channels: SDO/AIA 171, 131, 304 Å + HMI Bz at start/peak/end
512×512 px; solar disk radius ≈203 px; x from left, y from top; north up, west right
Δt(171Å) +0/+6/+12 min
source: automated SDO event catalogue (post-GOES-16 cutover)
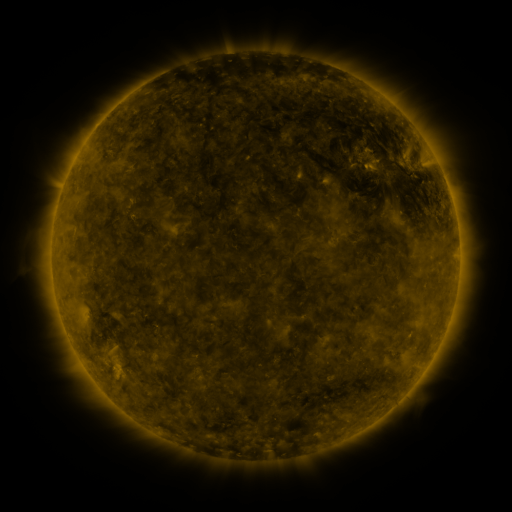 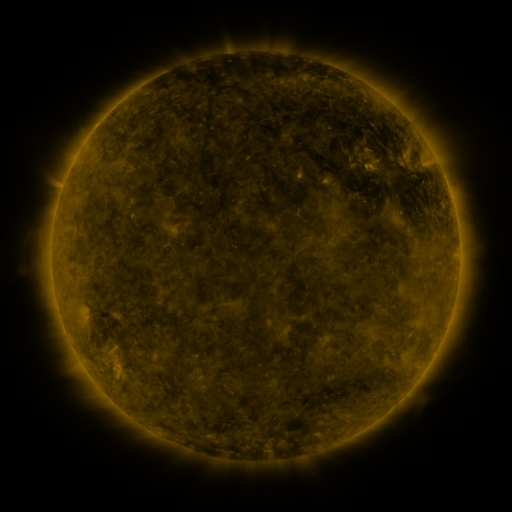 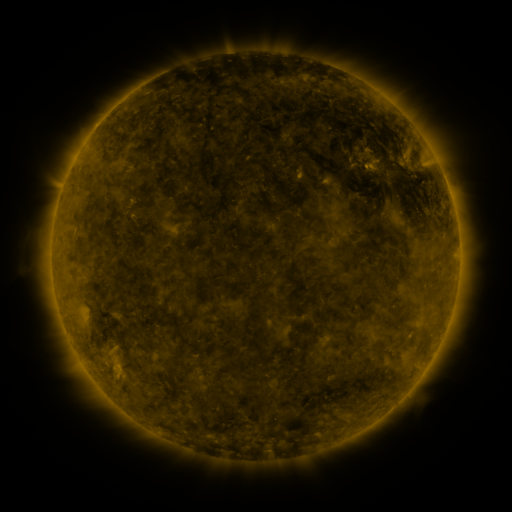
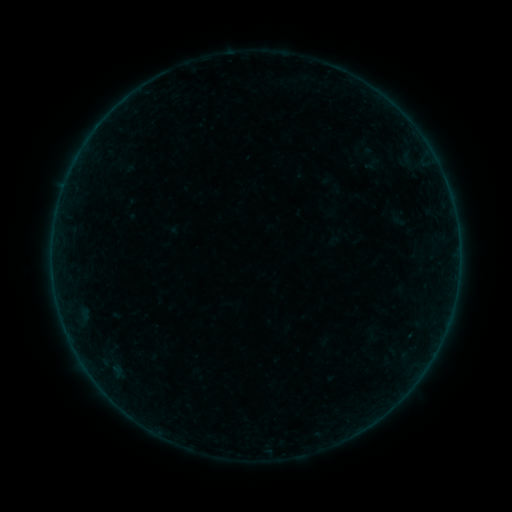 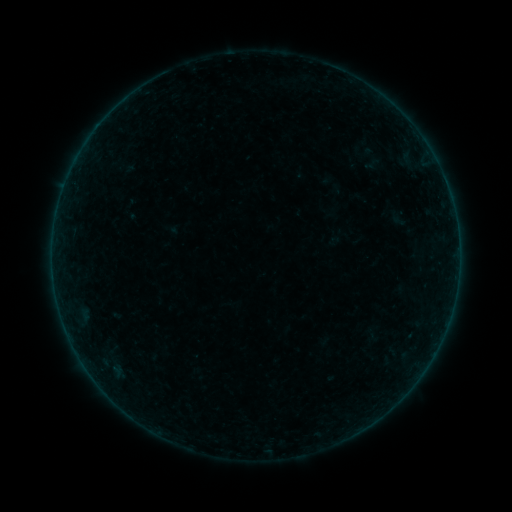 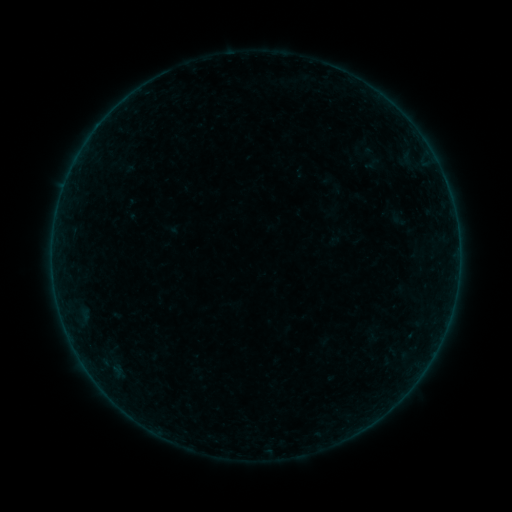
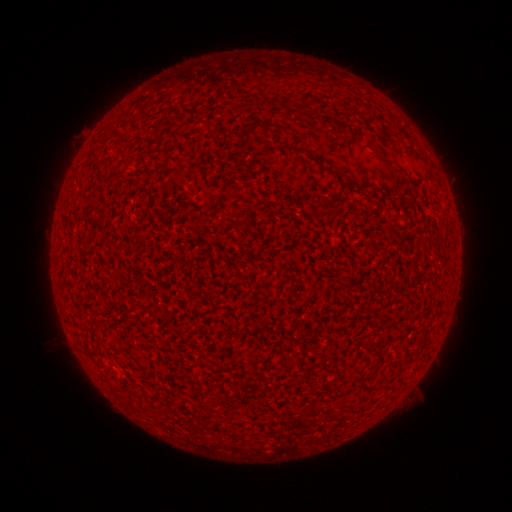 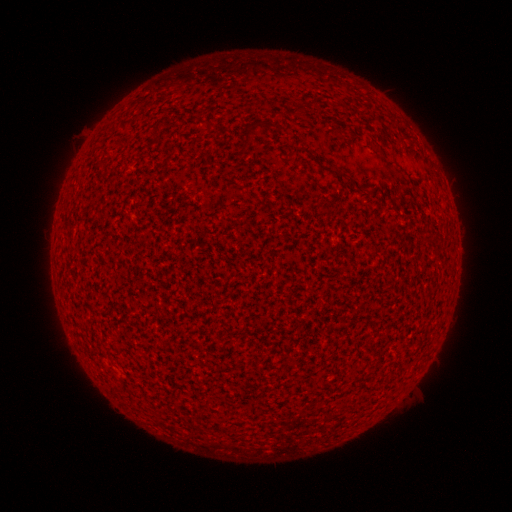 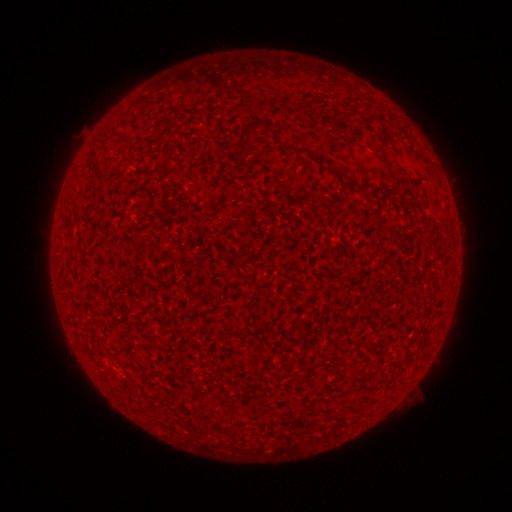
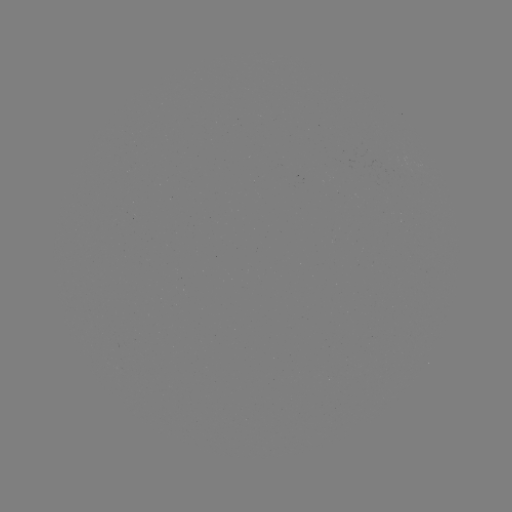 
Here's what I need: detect A2.1 flare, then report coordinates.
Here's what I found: A2.1 flare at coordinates [450, 198].